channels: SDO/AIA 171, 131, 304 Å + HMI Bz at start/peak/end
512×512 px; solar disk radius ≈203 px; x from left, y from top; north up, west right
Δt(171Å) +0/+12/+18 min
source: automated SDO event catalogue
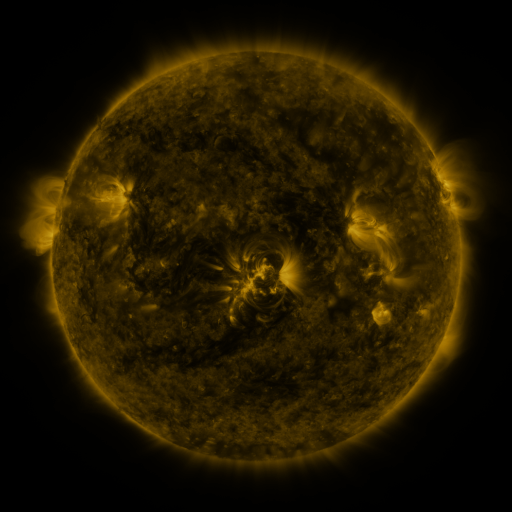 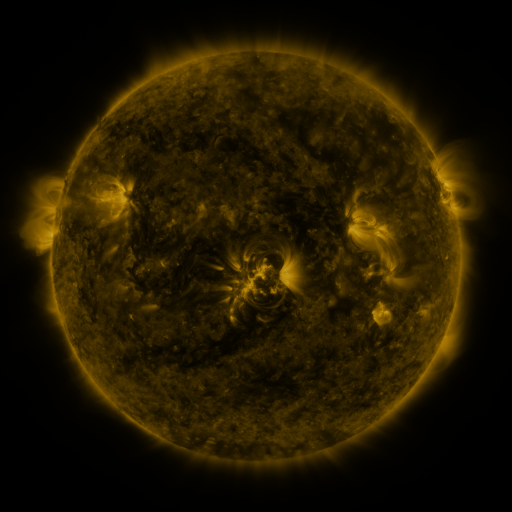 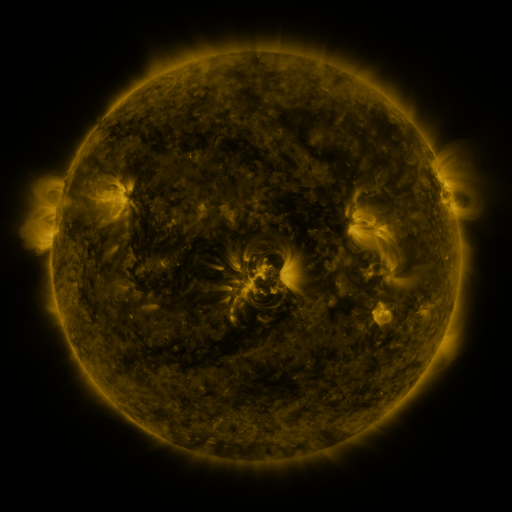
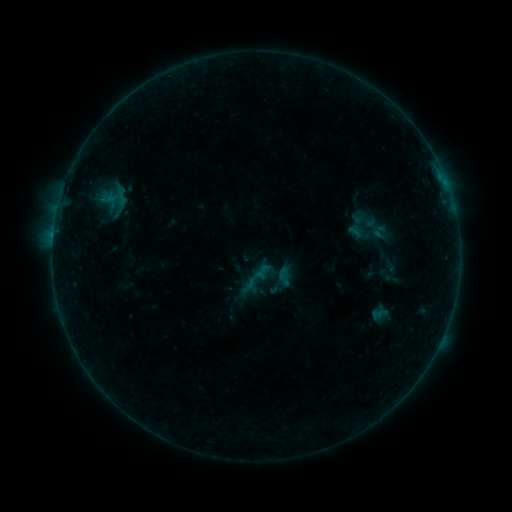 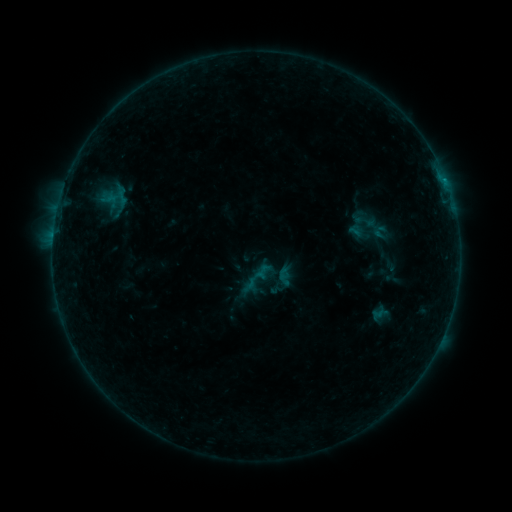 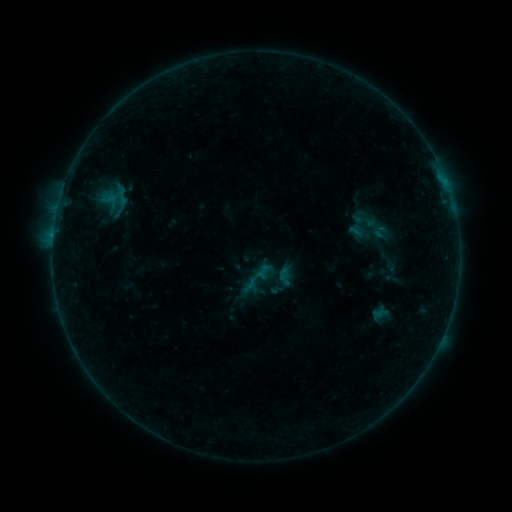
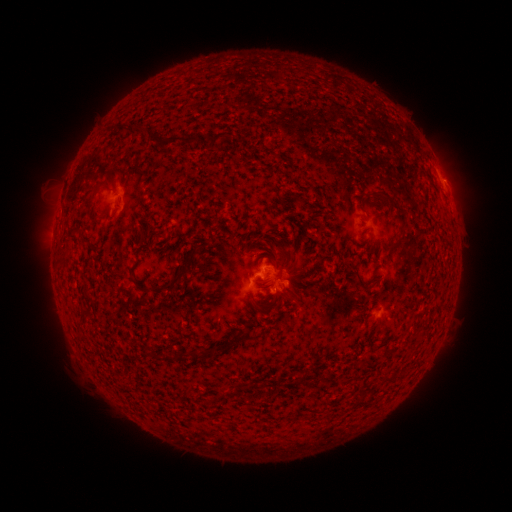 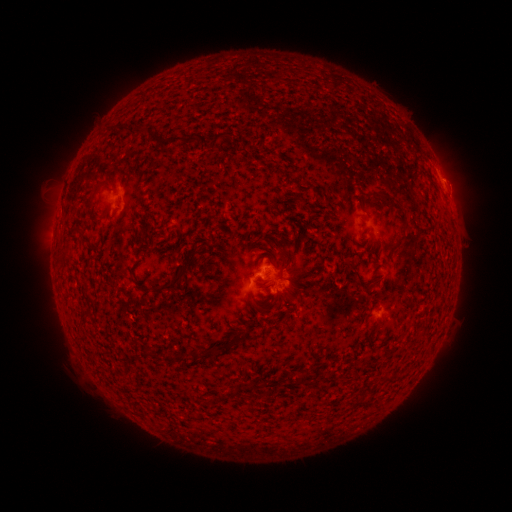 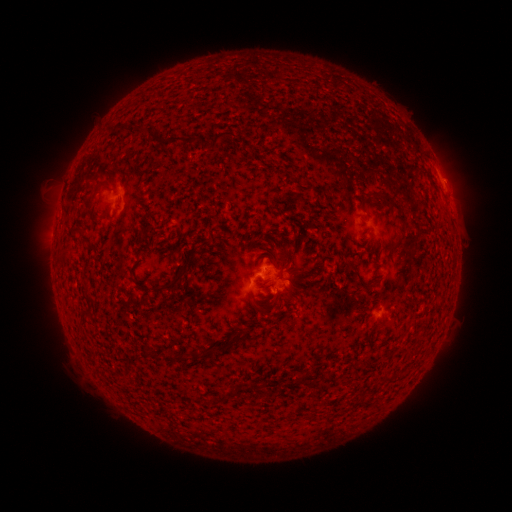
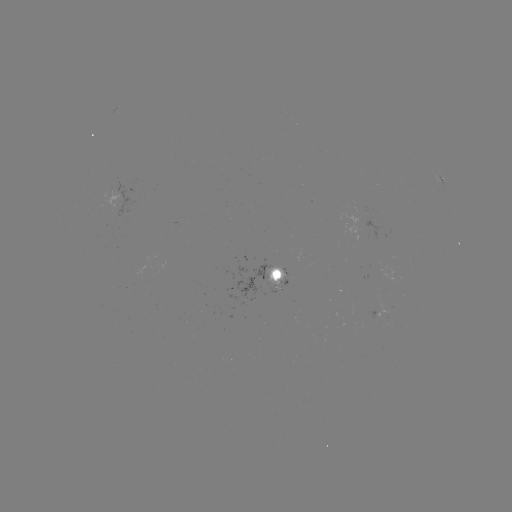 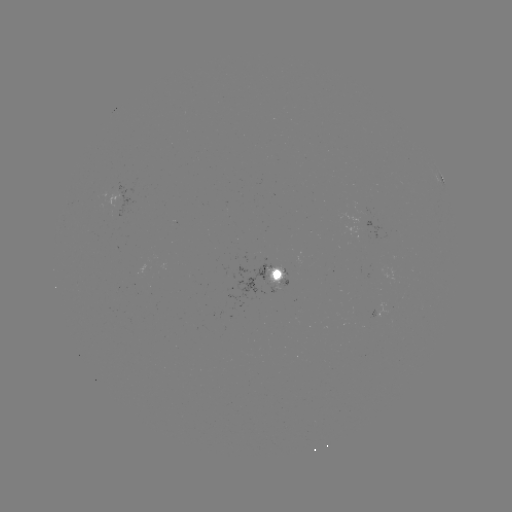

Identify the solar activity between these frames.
no flare in any classed list; no EUV-trigger detection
